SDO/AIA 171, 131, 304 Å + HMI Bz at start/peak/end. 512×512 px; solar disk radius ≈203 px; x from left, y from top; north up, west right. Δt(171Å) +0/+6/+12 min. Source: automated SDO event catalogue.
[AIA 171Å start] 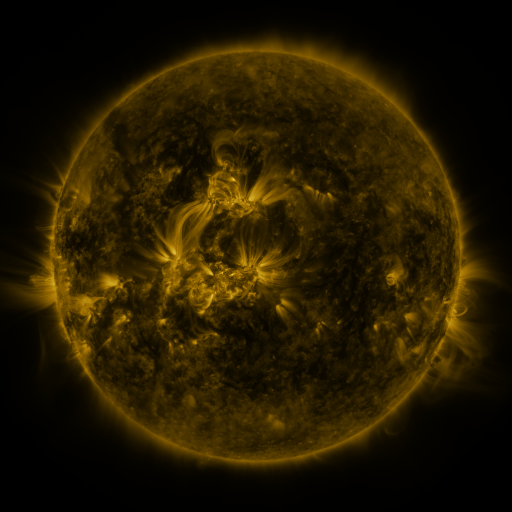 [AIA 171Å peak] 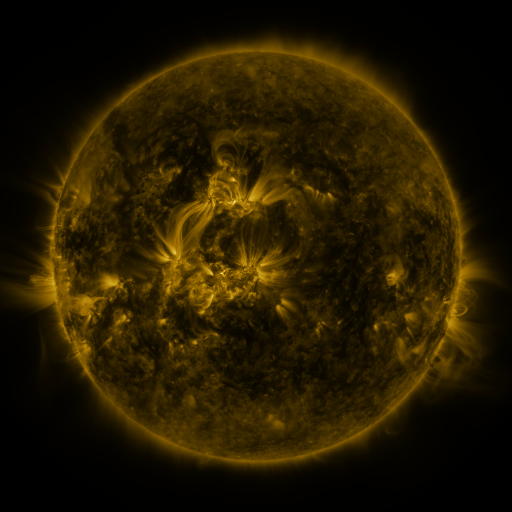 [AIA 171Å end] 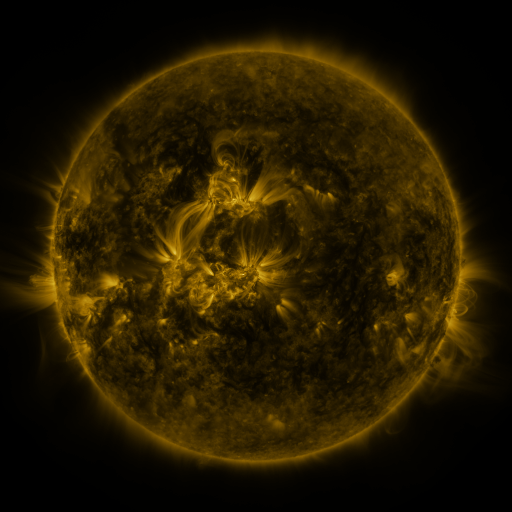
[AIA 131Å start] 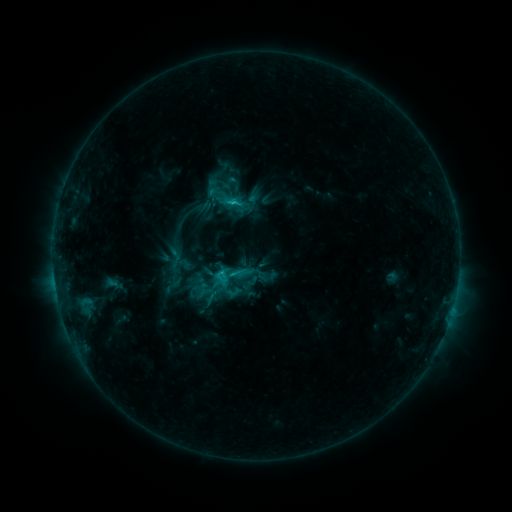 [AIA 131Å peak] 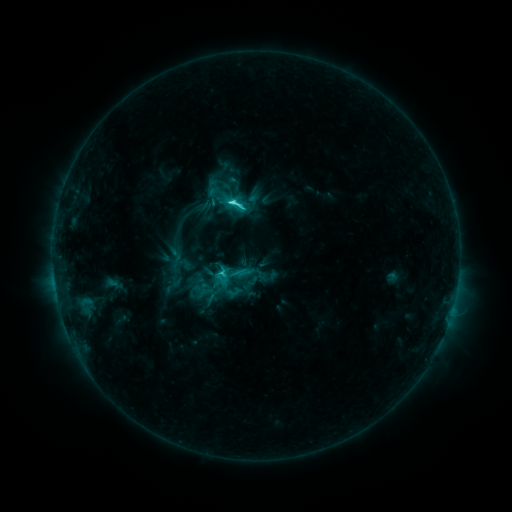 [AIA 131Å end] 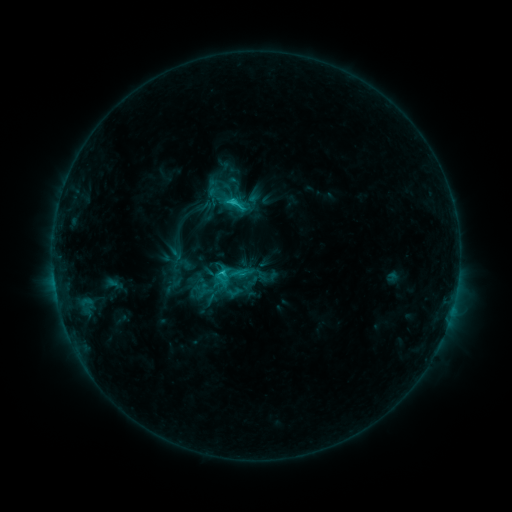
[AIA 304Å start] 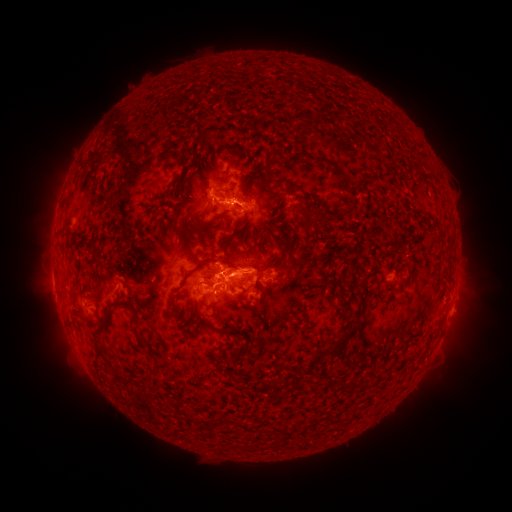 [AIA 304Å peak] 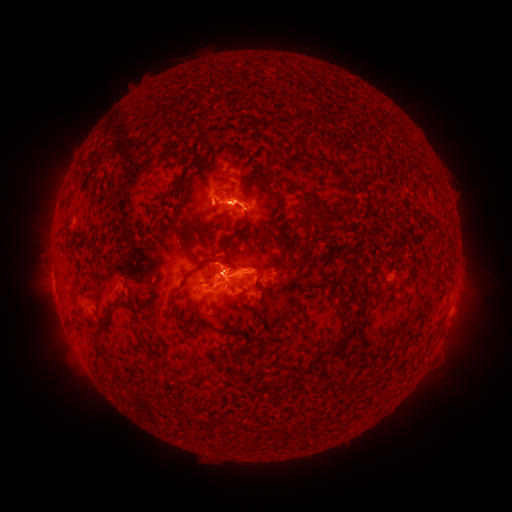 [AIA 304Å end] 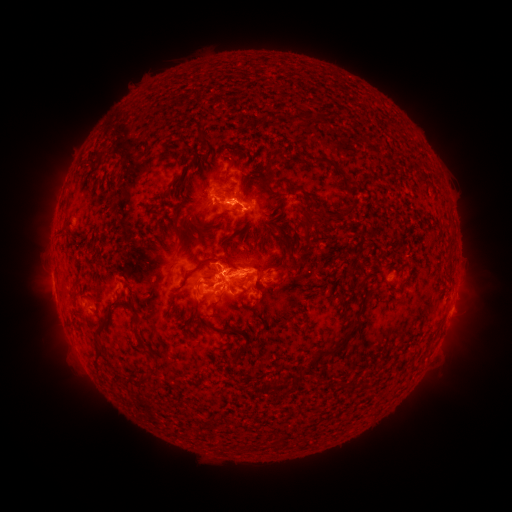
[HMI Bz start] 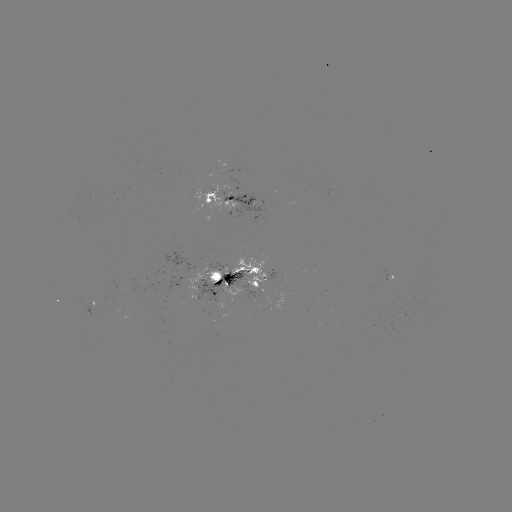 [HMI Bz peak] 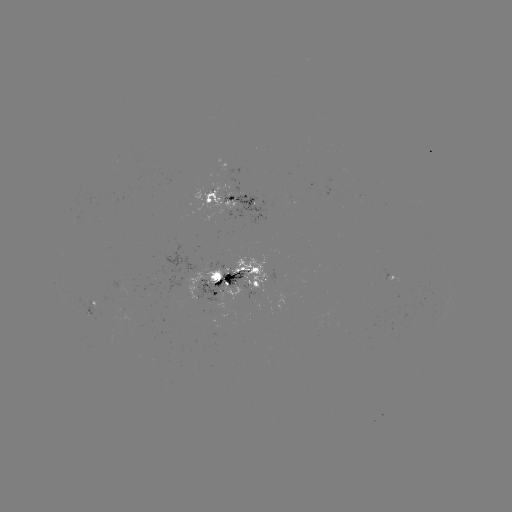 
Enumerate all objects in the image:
C4.2 flare: (234, 202)
